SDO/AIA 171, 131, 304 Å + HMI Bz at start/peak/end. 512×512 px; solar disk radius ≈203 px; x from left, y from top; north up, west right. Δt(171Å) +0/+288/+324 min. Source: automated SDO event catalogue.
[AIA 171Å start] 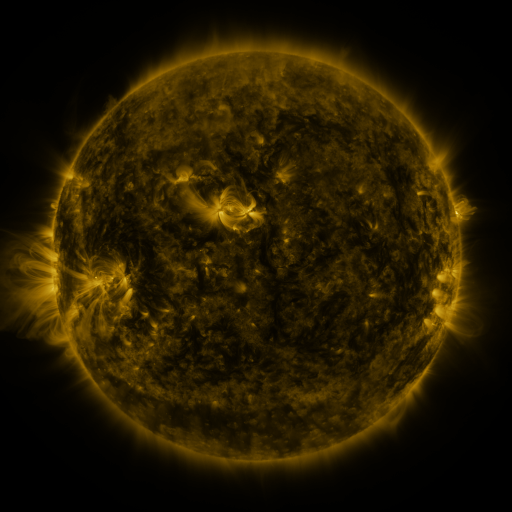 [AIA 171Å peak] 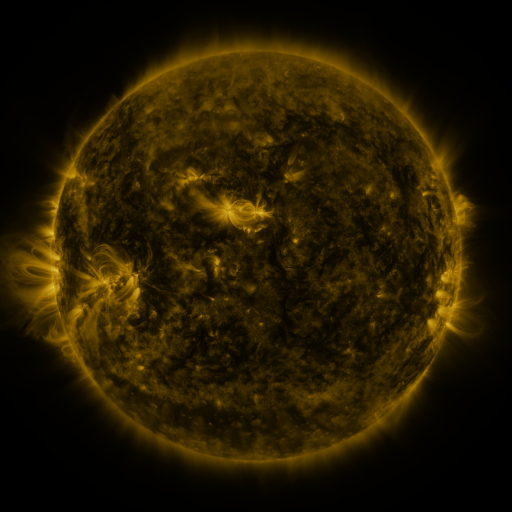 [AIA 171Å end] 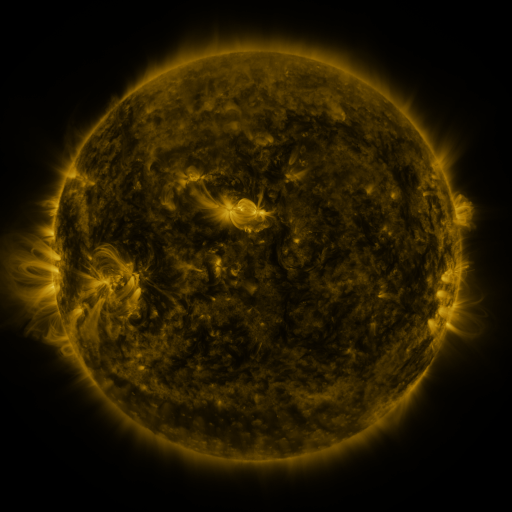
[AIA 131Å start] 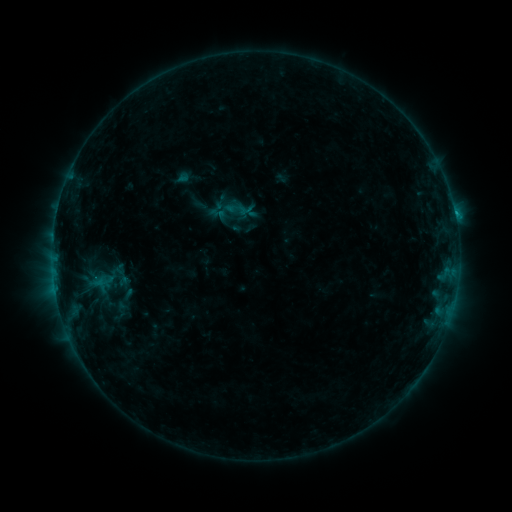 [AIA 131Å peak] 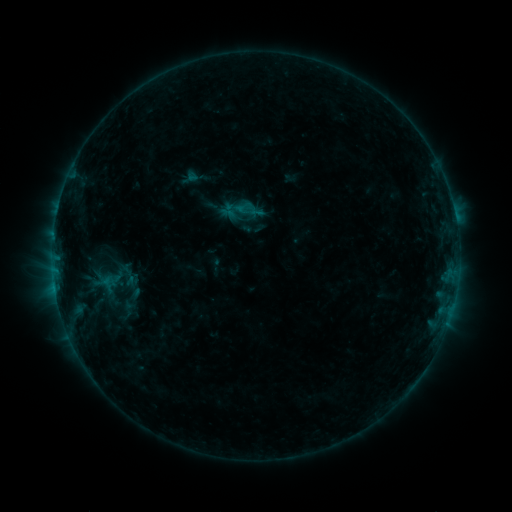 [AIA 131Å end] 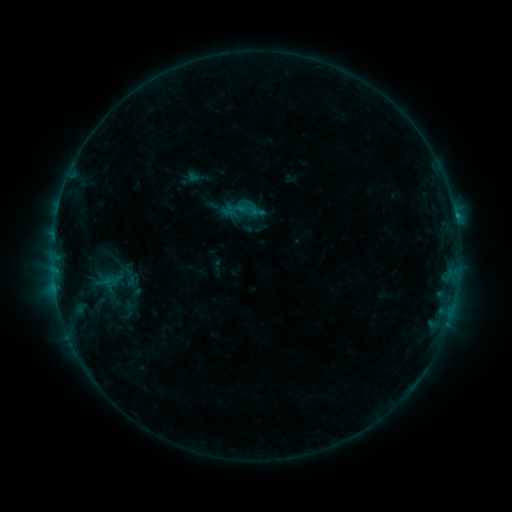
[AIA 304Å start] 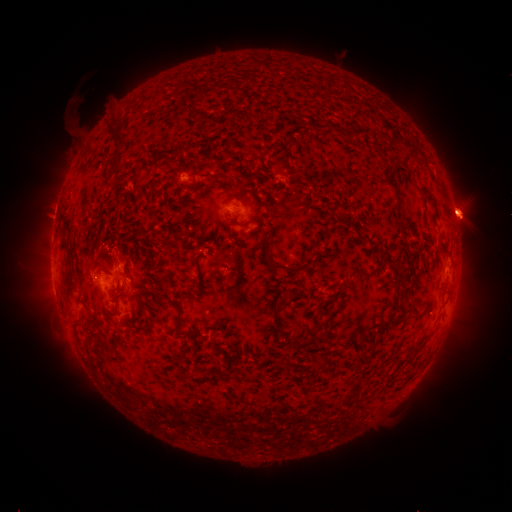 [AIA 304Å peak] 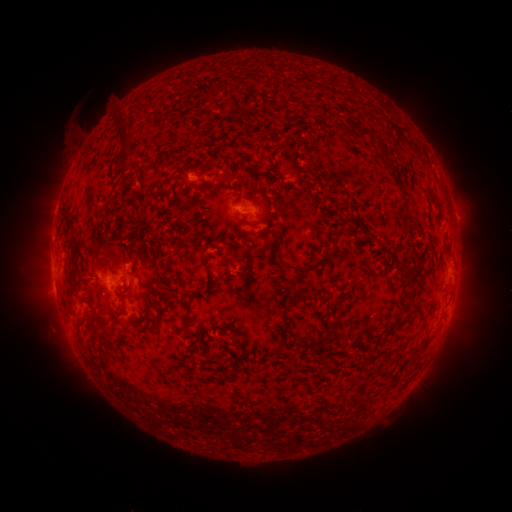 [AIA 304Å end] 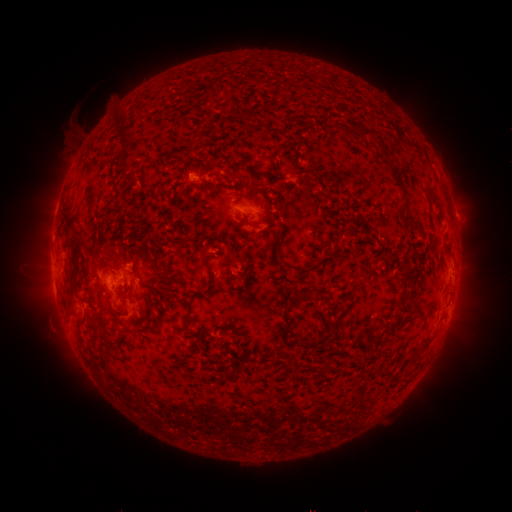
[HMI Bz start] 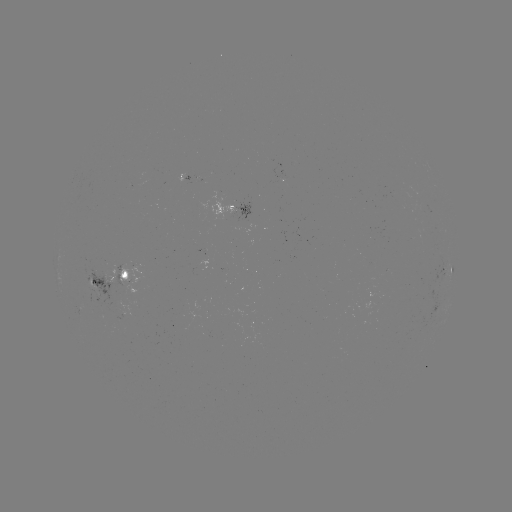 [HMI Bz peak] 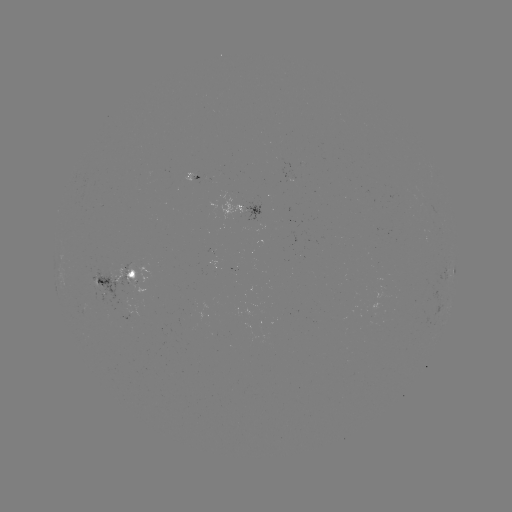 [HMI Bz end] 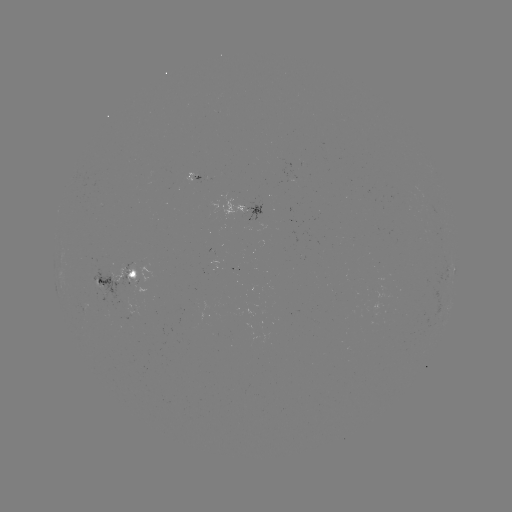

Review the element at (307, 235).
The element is emerging-flux region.